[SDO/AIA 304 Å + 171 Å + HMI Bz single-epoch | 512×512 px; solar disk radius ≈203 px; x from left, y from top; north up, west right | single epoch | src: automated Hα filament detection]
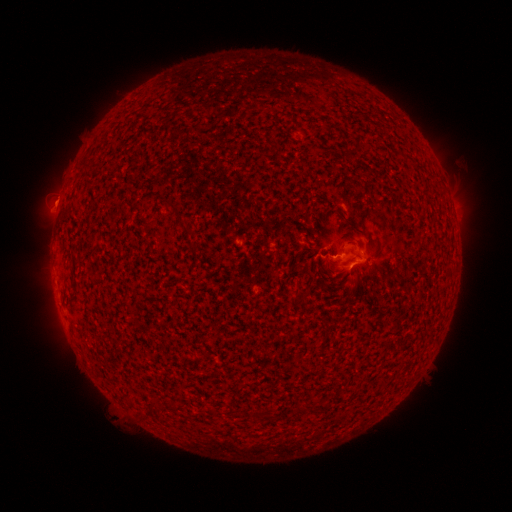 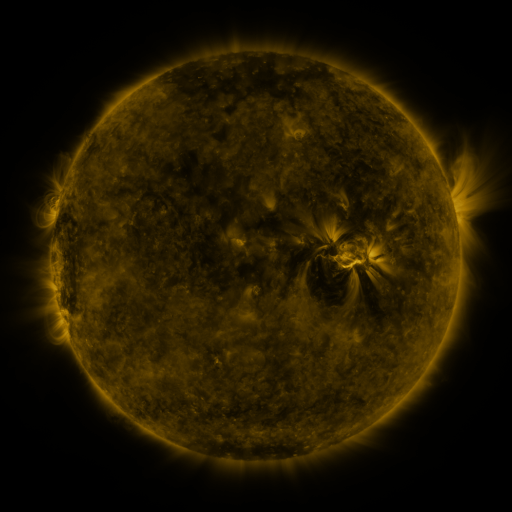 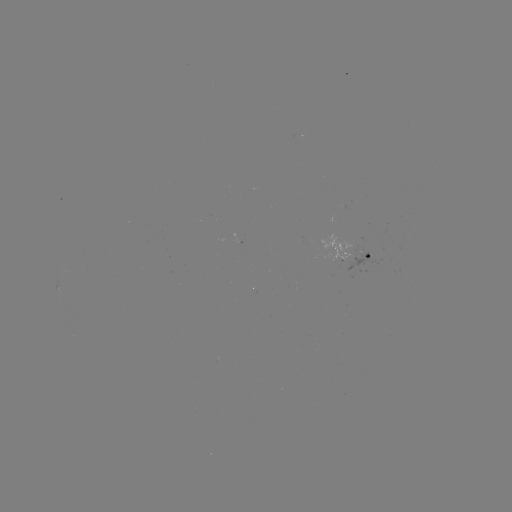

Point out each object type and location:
filament: (357, 143)
filament: (178, 217)
filament: (350, 224)
filament: (191, 245)
filament: (76, 262)
filament: (150, 412)
